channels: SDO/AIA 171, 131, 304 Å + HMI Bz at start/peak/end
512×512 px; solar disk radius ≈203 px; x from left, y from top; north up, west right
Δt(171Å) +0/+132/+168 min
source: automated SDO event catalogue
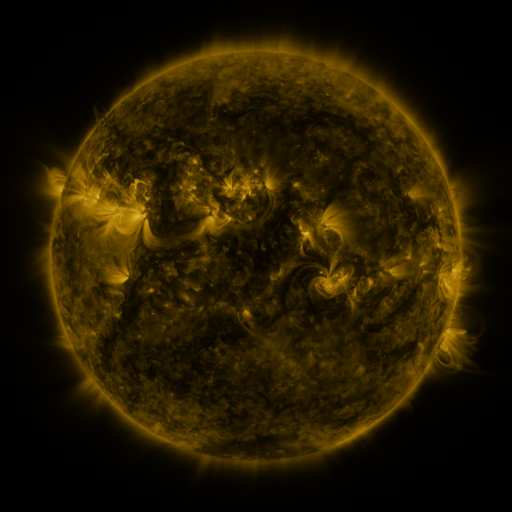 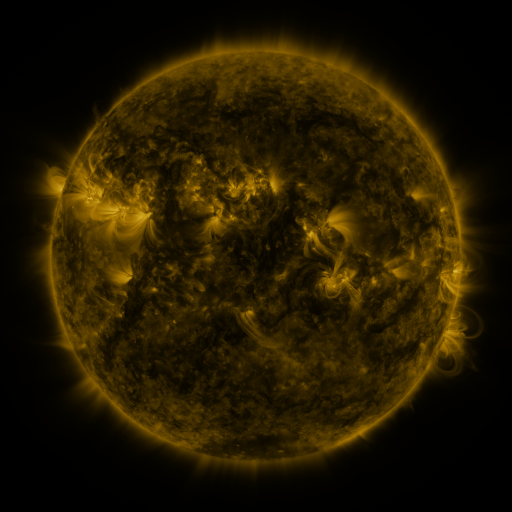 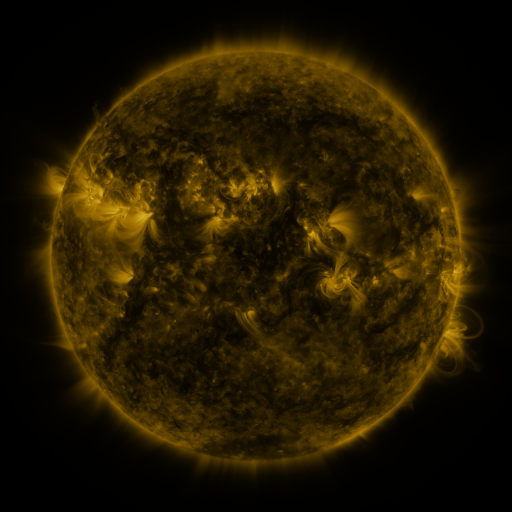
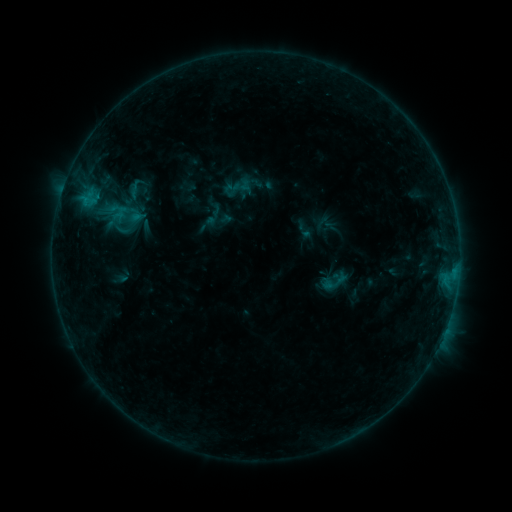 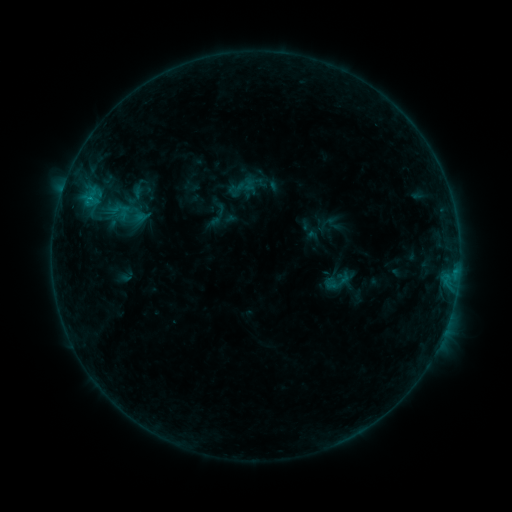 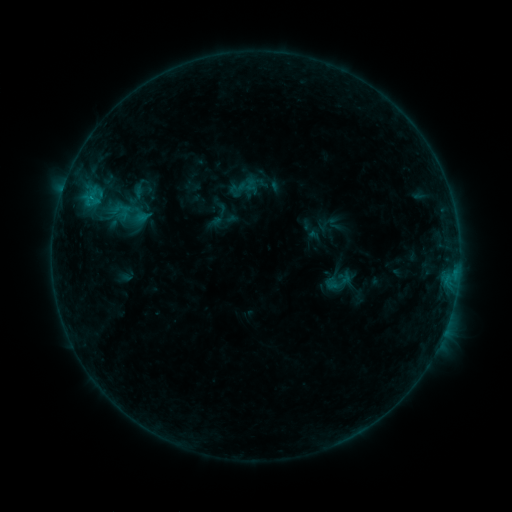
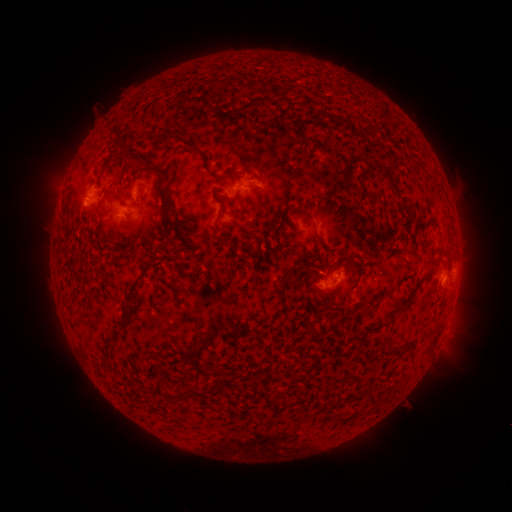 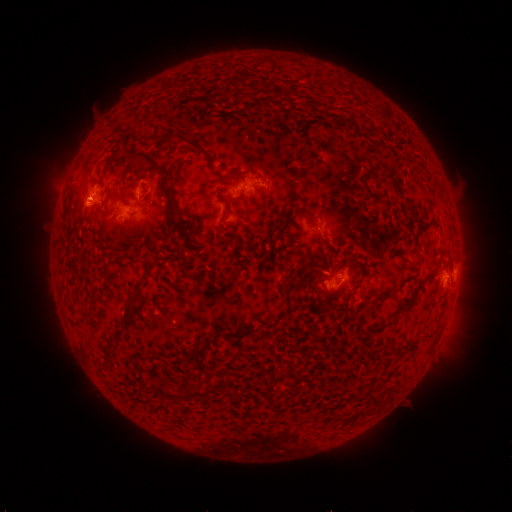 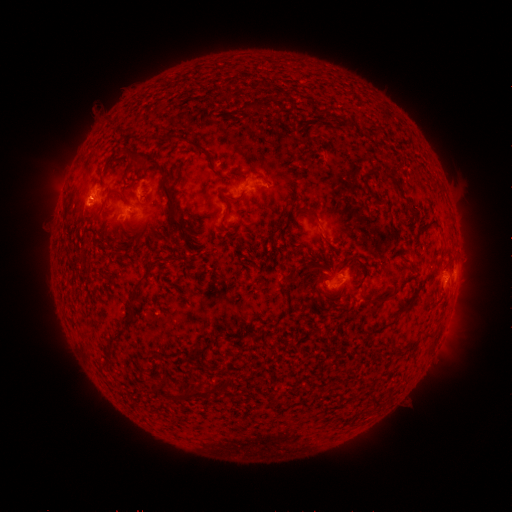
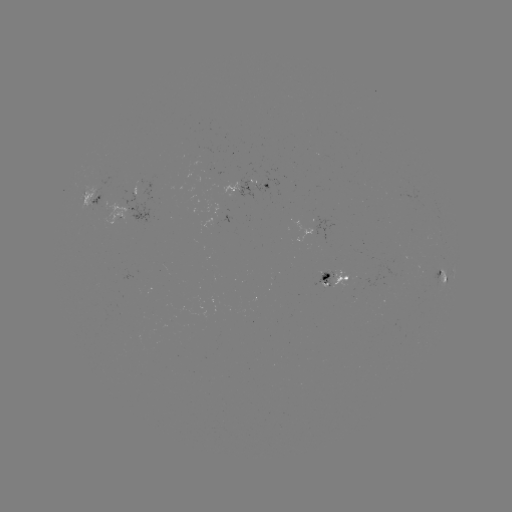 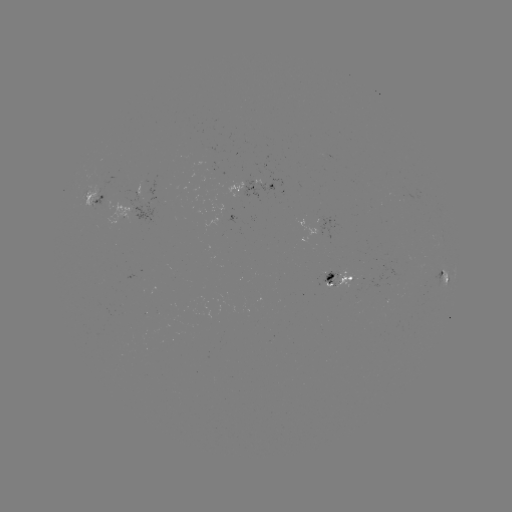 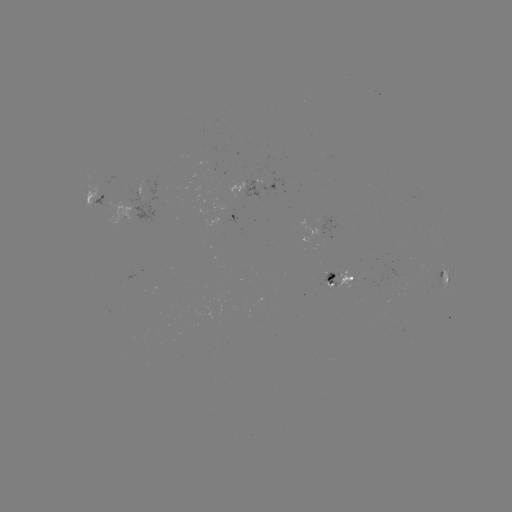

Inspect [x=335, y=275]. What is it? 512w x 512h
emerging-flux region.